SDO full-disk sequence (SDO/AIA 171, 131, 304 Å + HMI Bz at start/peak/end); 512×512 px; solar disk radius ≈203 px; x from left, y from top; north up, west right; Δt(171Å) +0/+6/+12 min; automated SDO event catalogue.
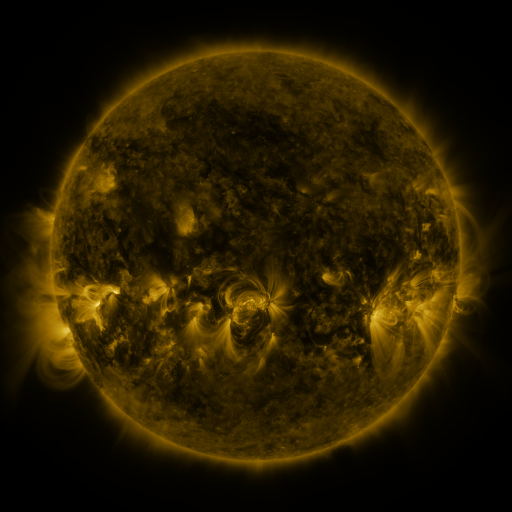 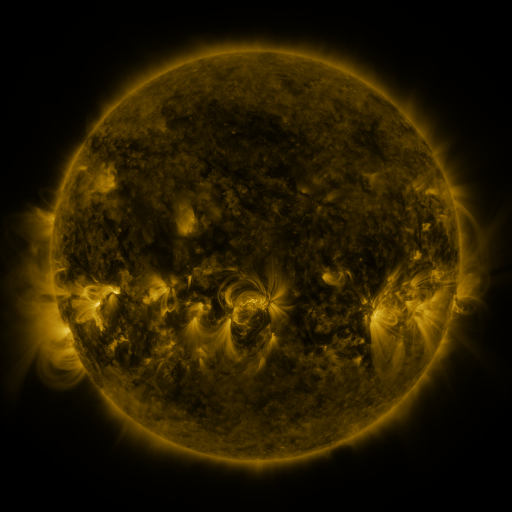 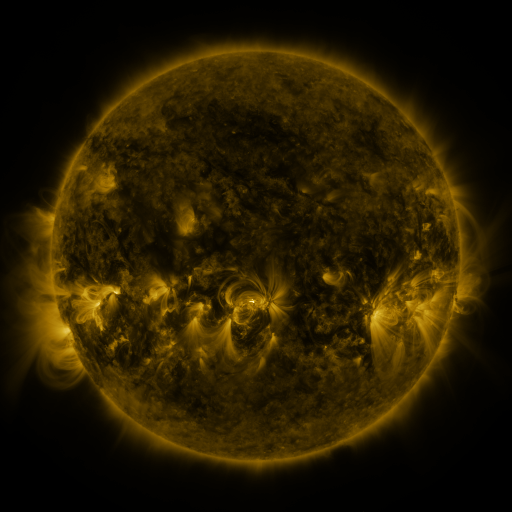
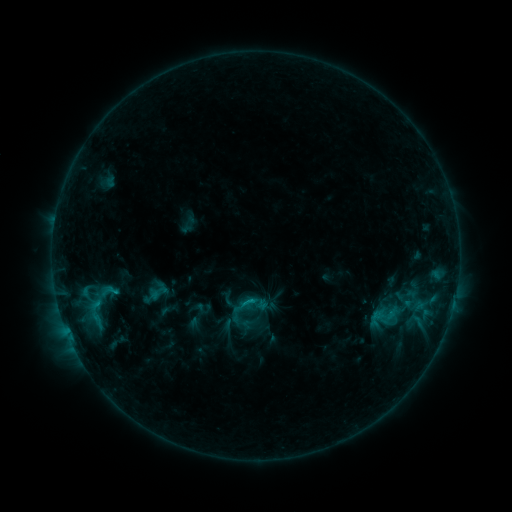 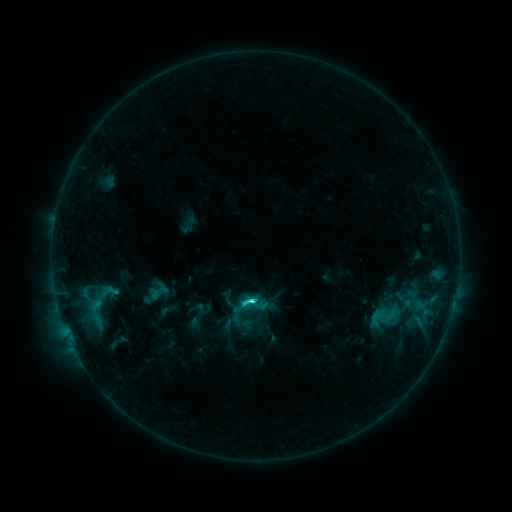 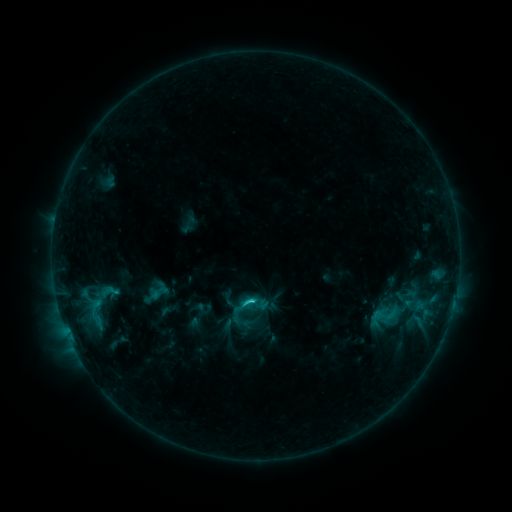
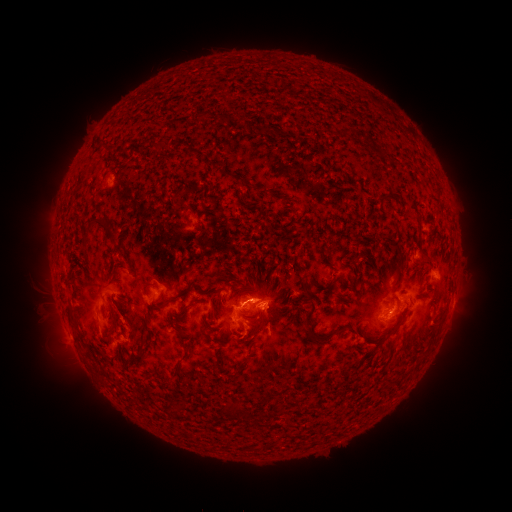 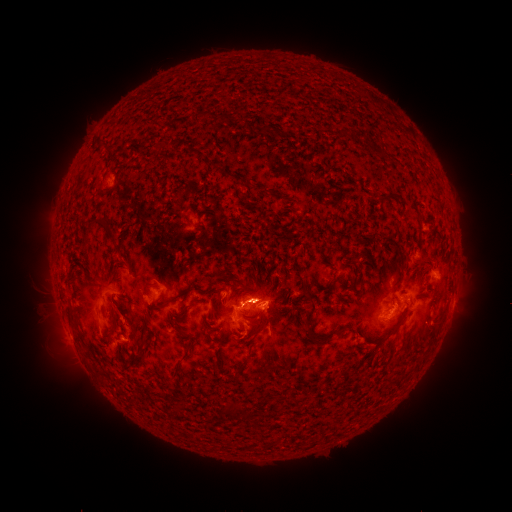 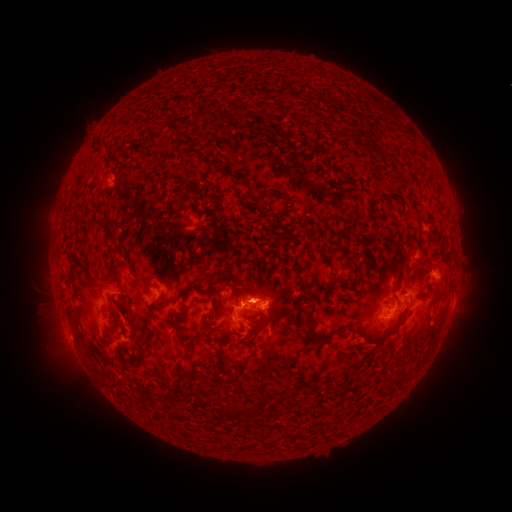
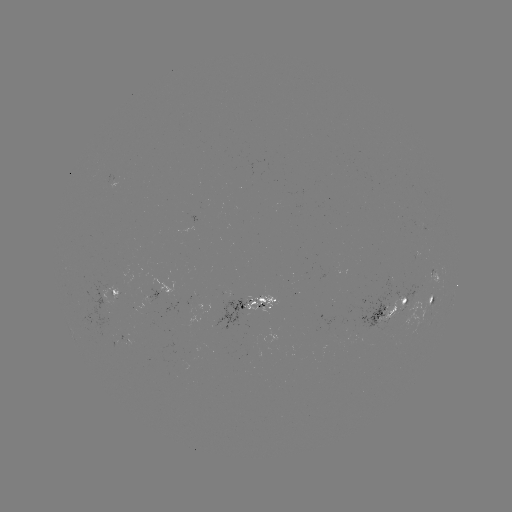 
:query C3.8 flare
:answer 252,299